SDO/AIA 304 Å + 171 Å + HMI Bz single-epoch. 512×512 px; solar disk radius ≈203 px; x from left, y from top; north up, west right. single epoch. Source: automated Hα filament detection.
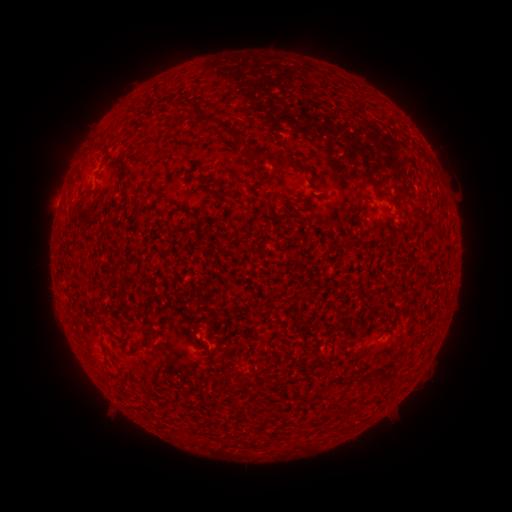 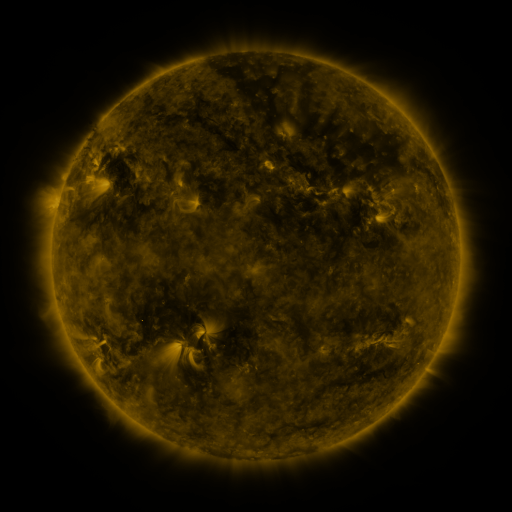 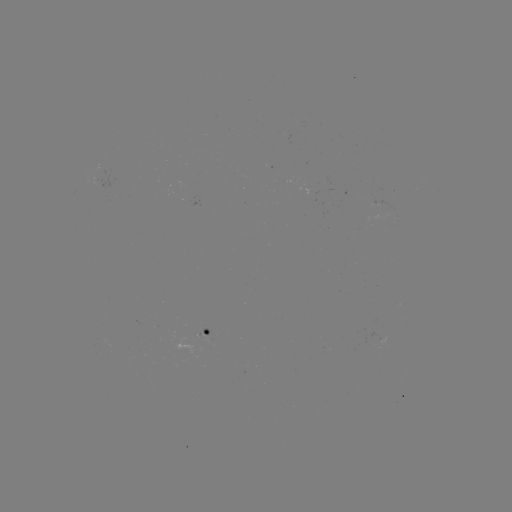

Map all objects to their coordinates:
filament: (198, 112, 249, 151)
filament: (246, 147, 268, 161)
filament: (272, 158, 290, 170)
filament: (206, 186, 220, 196)
filament: (183, 192, 190, 204)
filament: (133, 196, 143, 218)
filament: (187, 328, 194, 339)
filament: (137, 337, 152, 346)
filament: (349, 347, 369, 363)
filament: (377, 369, 388, 383)
filament: (354, 374, 365, 384)
